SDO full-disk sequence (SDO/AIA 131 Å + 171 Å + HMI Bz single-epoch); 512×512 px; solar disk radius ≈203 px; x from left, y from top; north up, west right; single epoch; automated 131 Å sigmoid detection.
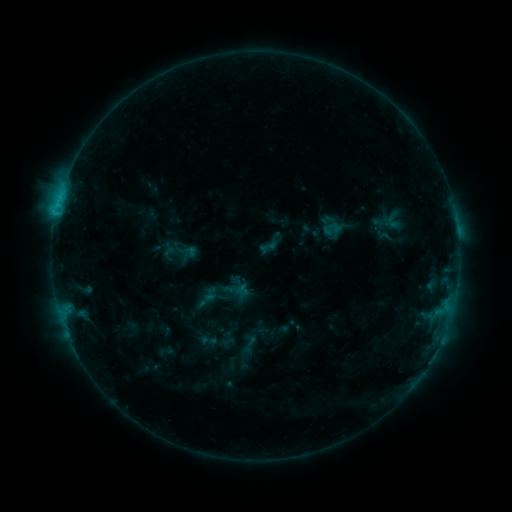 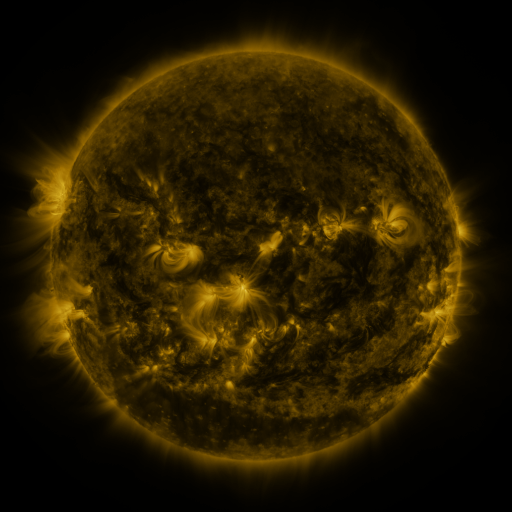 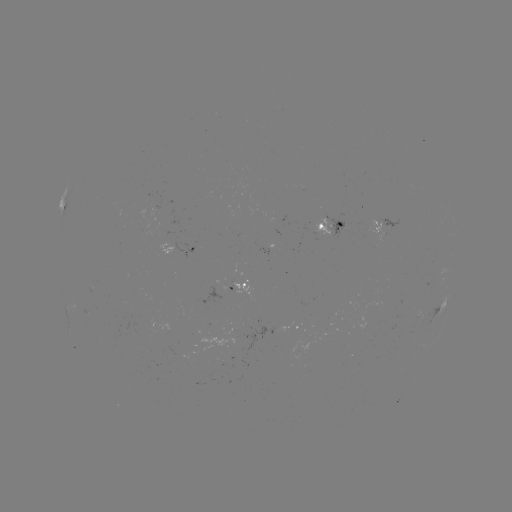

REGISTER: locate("sigmoid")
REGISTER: (268, 248)